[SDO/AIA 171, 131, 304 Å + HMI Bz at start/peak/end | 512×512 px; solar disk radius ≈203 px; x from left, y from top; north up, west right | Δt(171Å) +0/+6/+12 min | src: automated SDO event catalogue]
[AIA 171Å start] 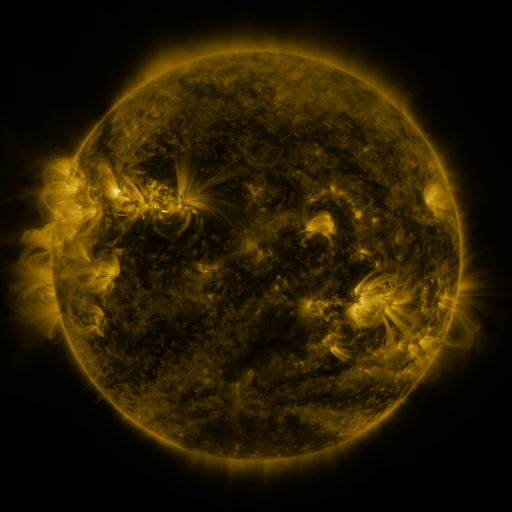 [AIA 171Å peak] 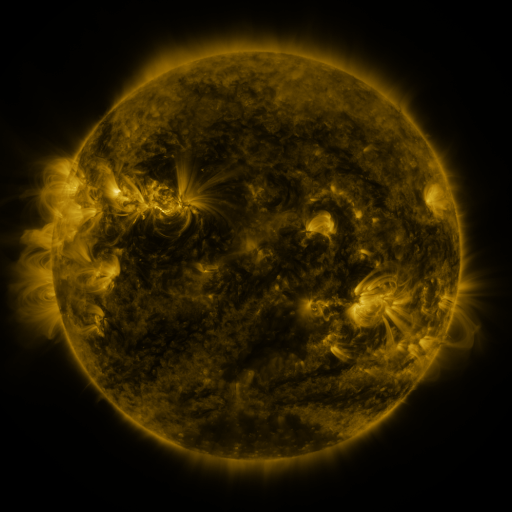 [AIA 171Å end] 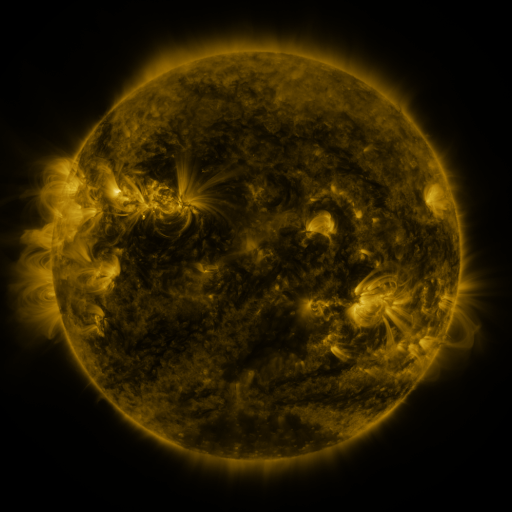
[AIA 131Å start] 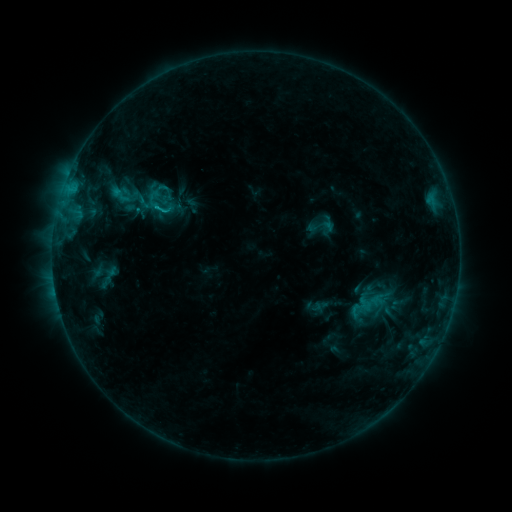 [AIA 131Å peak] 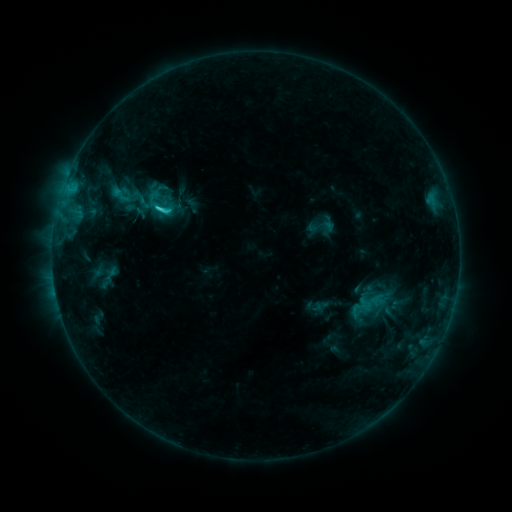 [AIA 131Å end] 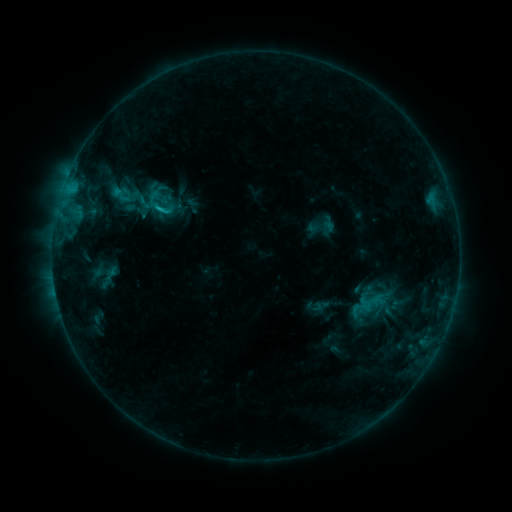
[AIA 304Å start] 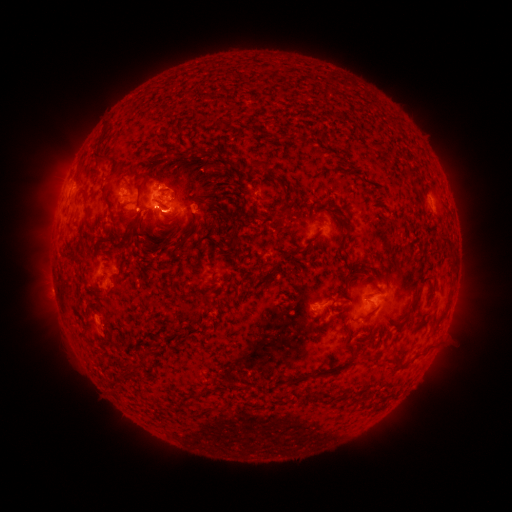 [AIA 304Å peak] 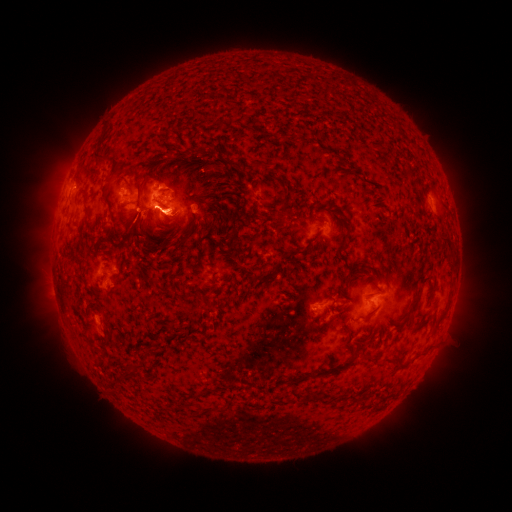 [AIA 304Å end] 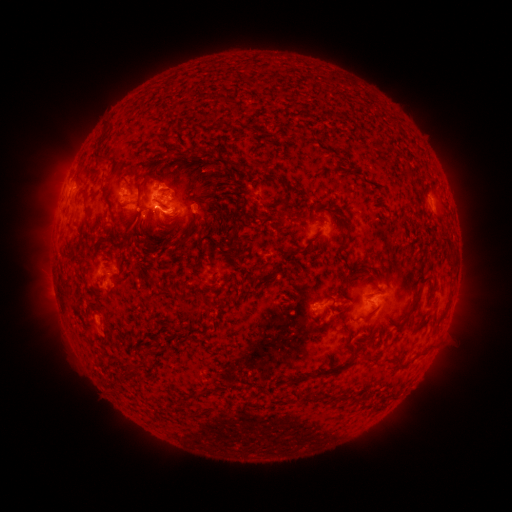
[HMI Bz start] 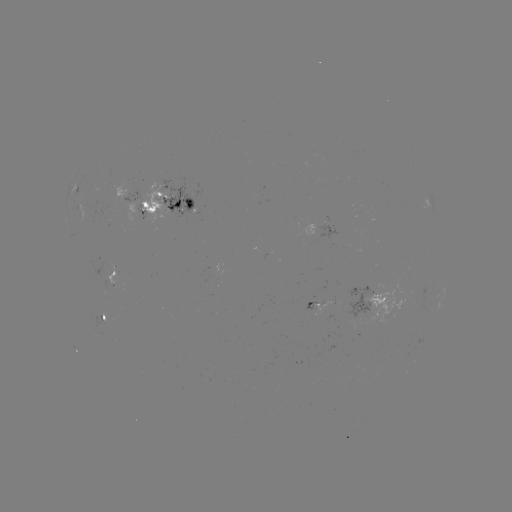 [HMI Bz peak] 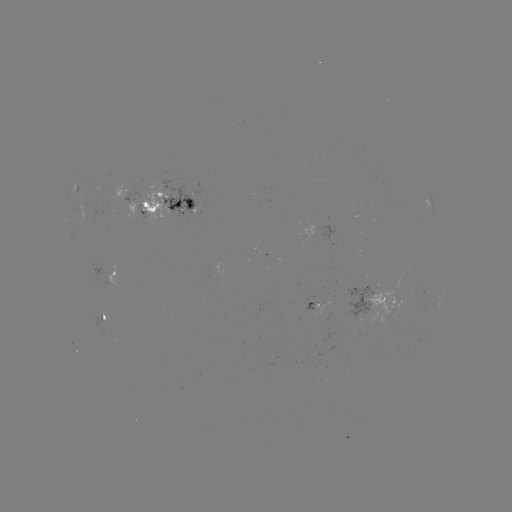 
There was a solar flare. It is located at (161, 210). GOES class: C1.6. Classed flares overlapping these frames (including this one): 1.